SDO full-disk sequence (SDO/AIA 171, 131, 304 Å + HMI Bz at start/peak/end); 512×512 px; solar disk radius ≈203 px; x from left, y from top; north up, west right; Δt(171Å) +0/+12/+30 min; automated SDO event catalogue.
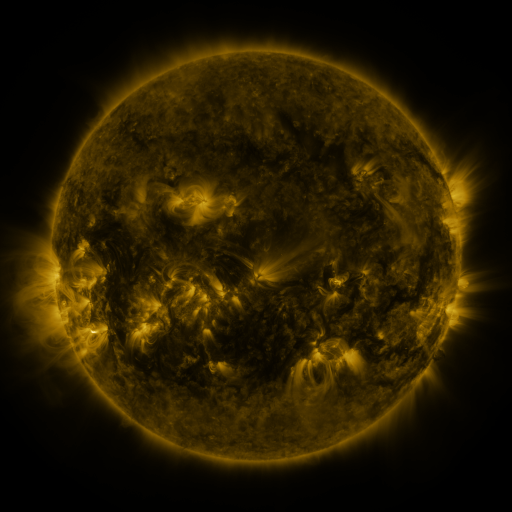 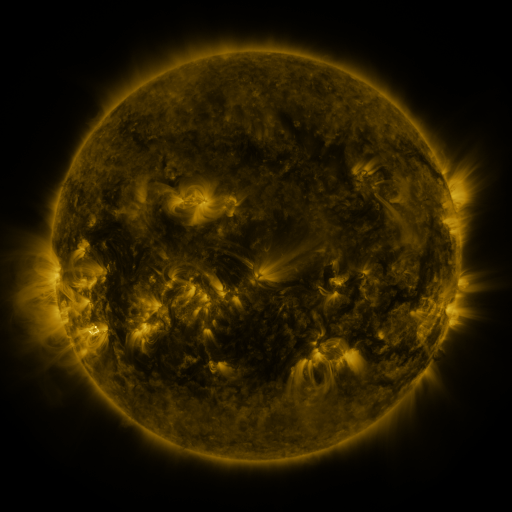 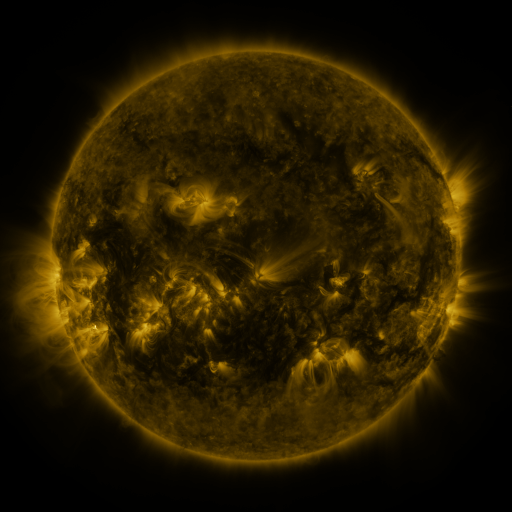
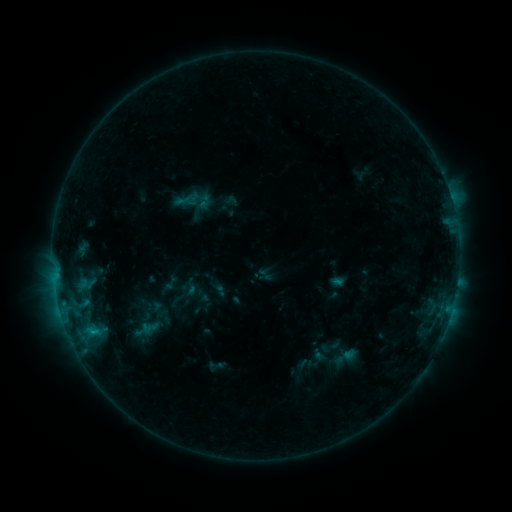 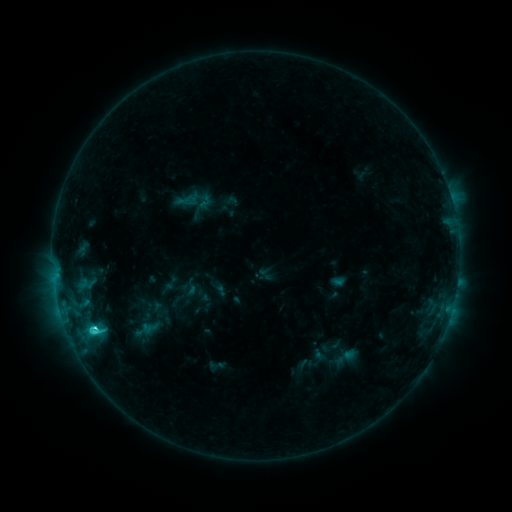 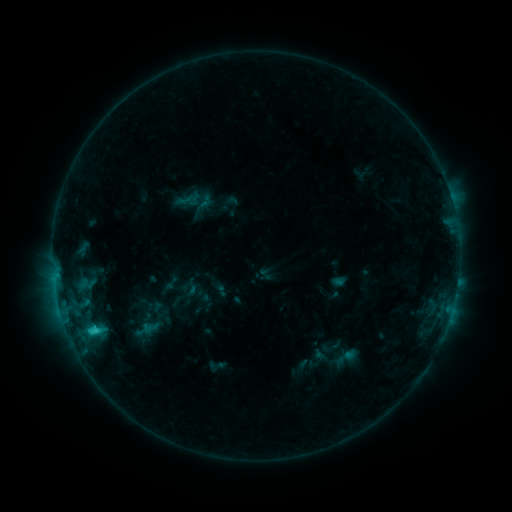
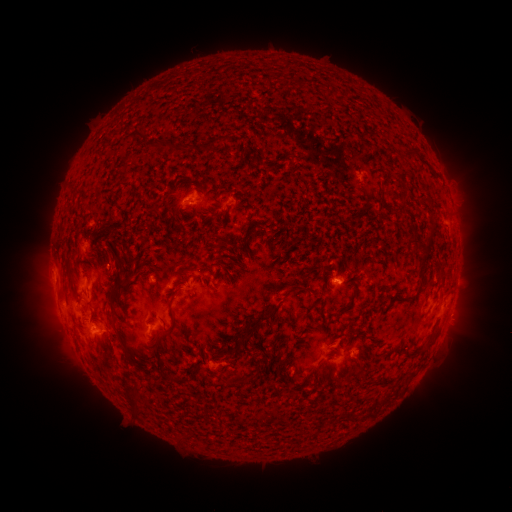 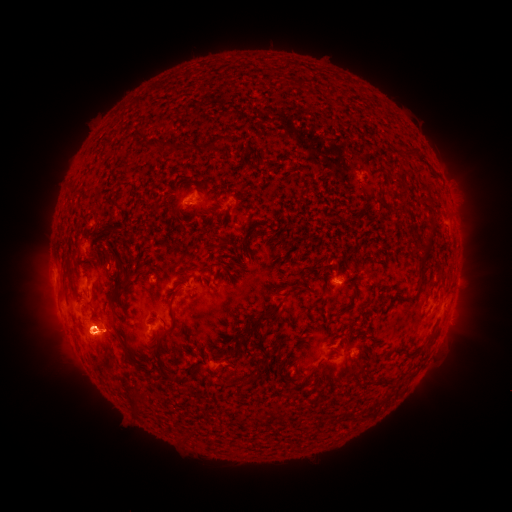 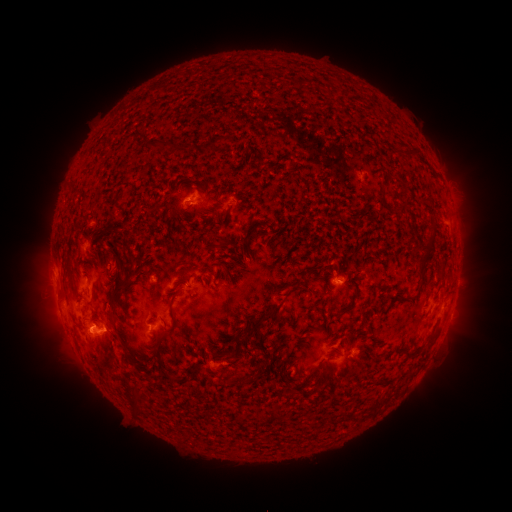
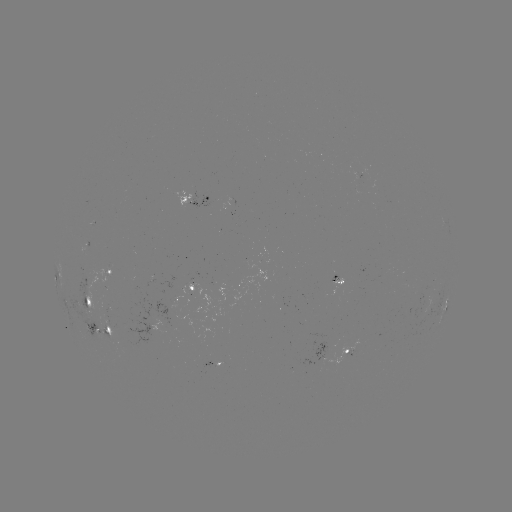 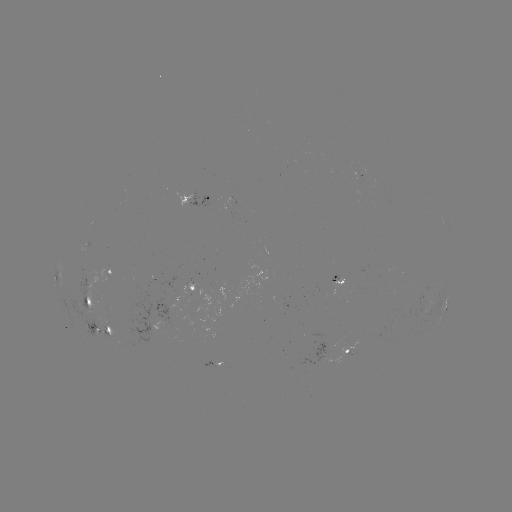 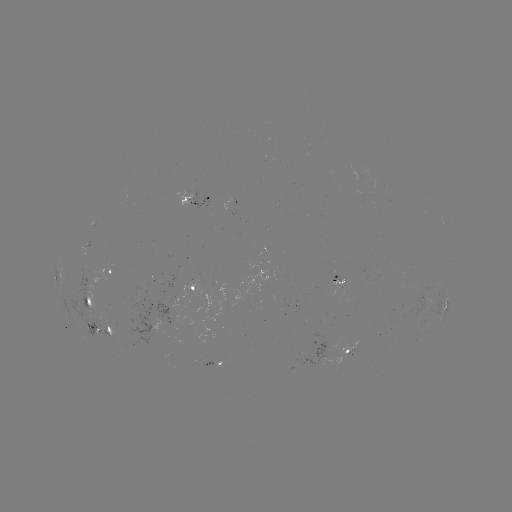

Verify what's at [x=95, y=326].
C2.8 flare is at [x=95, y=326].